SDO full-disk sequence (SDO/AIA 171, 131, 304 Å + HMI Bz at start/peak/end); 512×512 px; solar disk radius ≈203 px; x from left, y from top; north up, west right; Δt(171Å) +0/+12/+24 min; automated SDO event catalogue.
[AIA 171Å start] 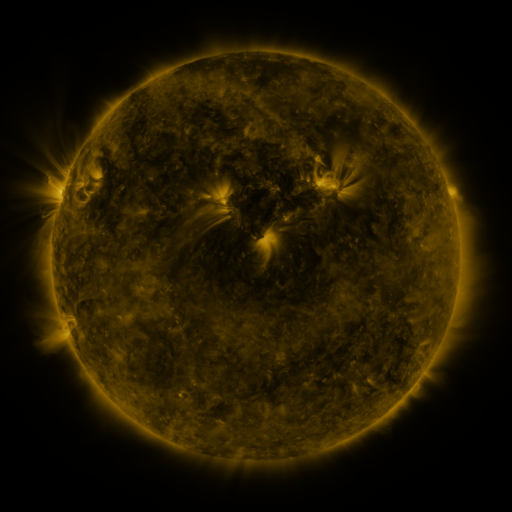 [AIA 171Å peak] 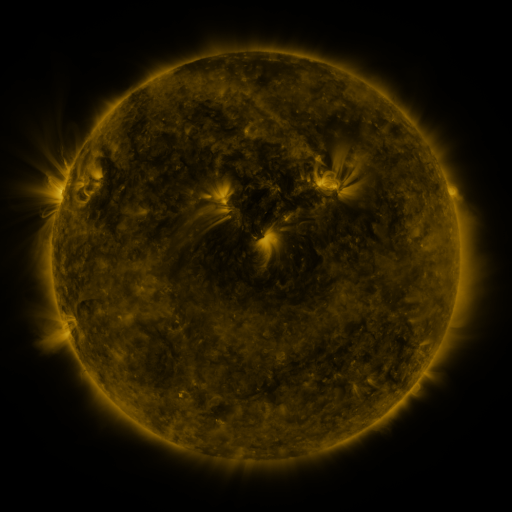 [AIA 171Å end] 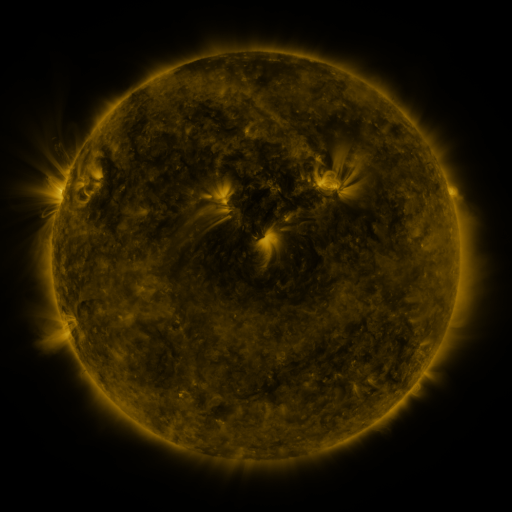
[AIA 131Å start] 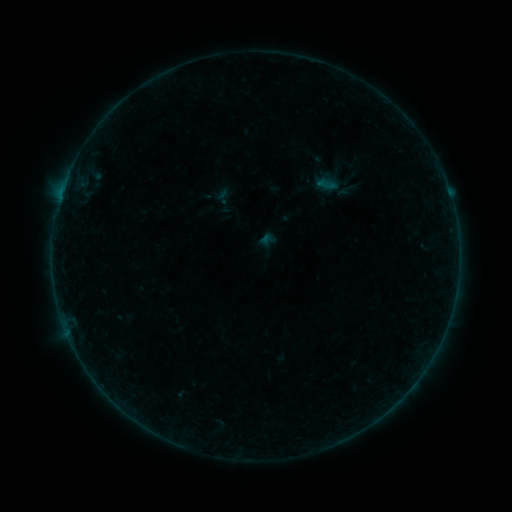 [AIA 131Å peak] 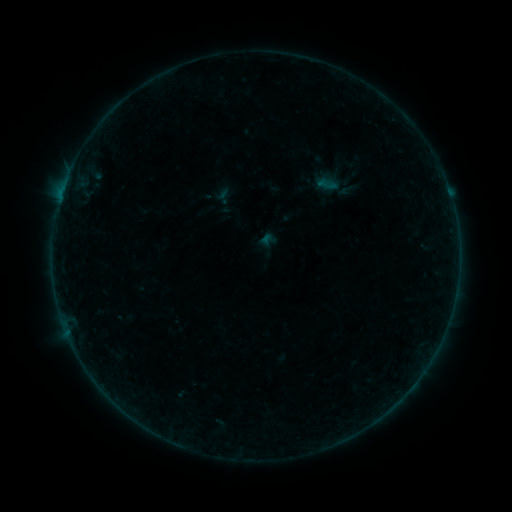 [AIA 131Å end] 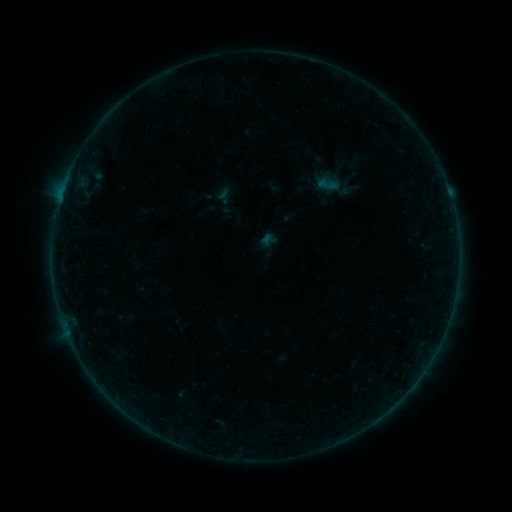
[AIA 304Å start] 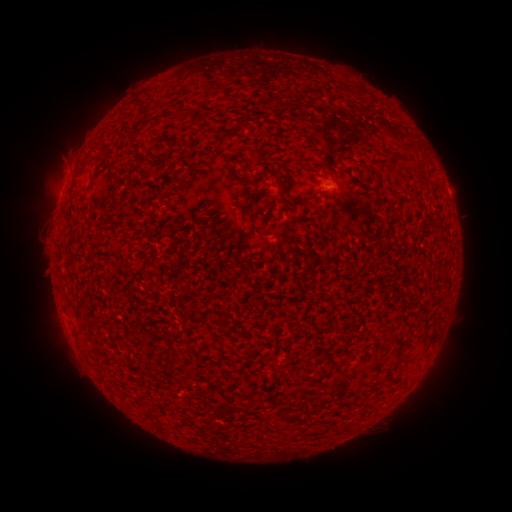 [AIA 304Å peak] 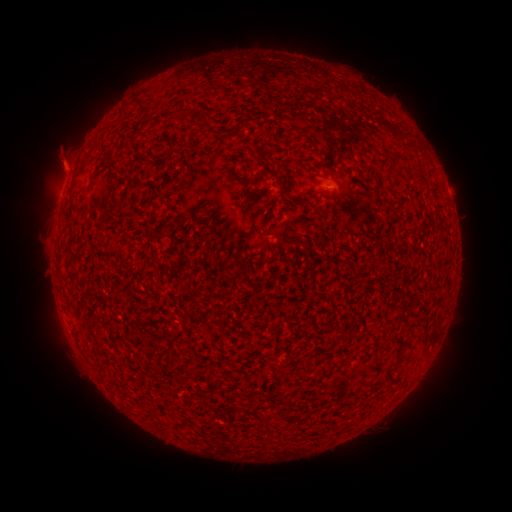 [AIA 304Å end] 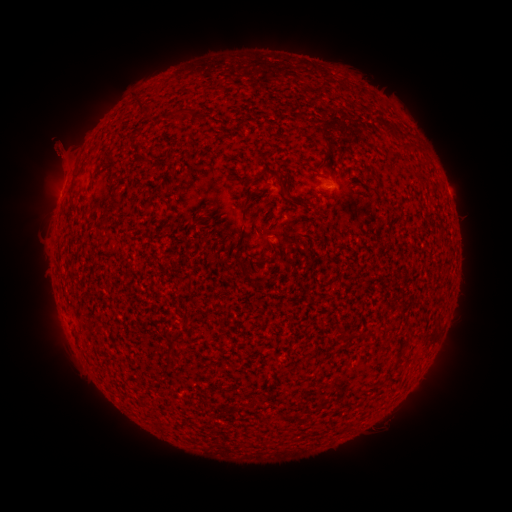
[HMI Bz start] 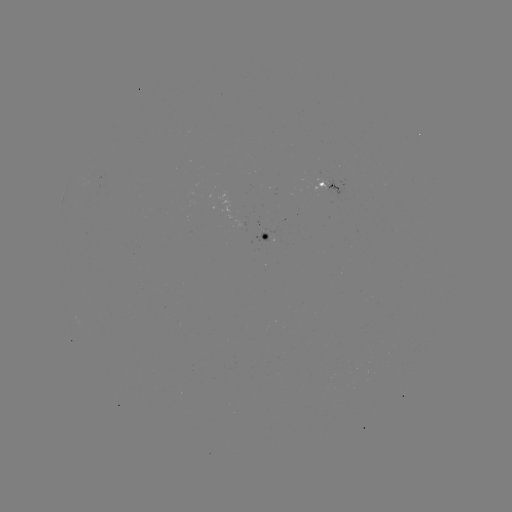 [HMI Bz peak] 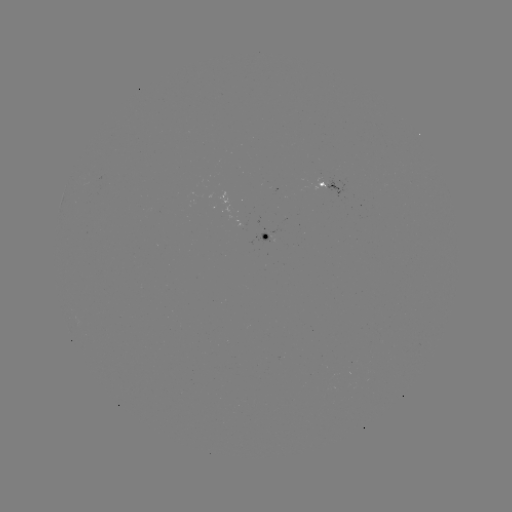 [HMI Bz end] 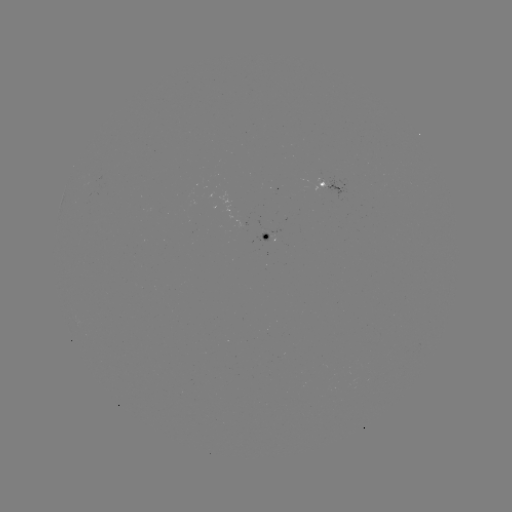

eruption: <bbox>25, 122, 90, 189</bbox>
